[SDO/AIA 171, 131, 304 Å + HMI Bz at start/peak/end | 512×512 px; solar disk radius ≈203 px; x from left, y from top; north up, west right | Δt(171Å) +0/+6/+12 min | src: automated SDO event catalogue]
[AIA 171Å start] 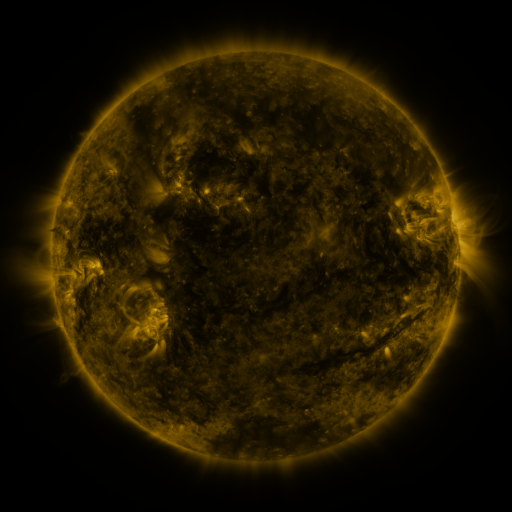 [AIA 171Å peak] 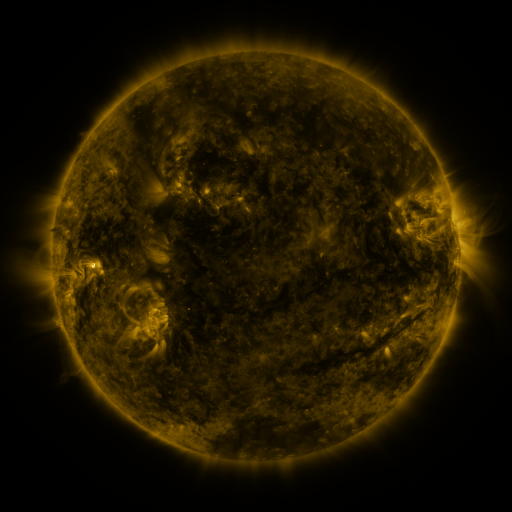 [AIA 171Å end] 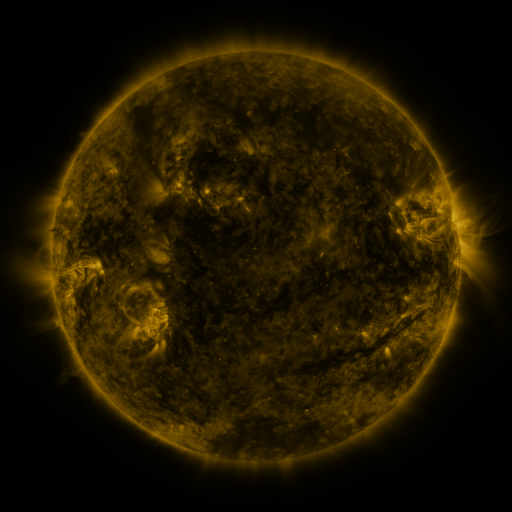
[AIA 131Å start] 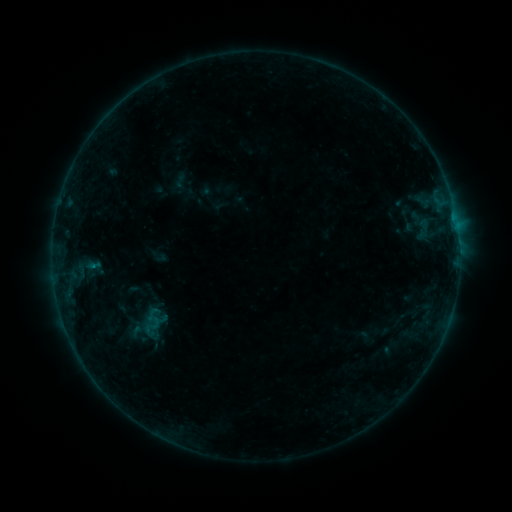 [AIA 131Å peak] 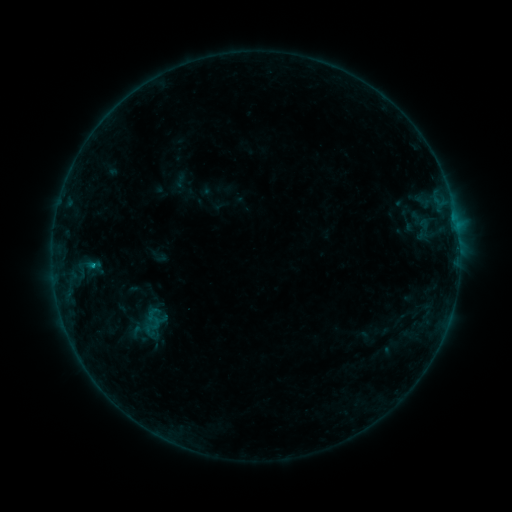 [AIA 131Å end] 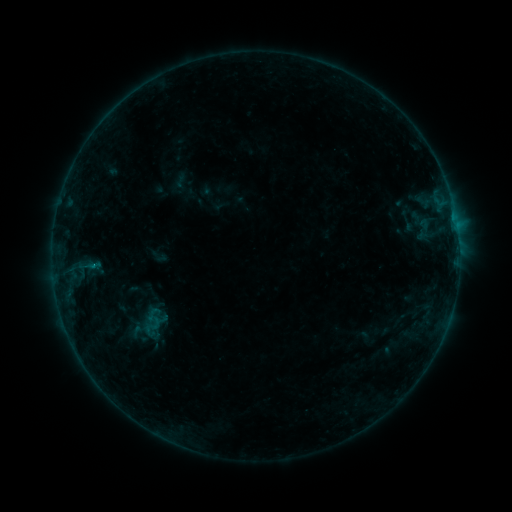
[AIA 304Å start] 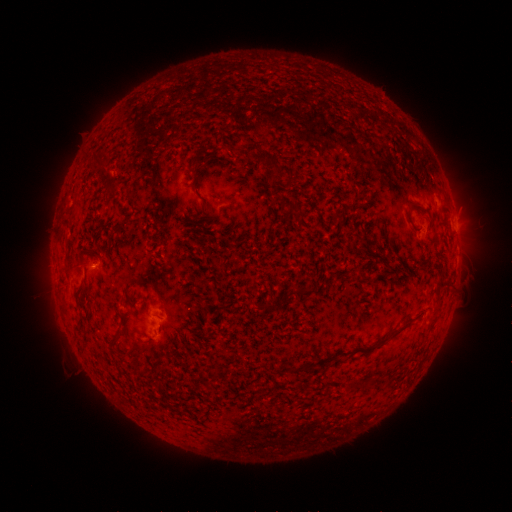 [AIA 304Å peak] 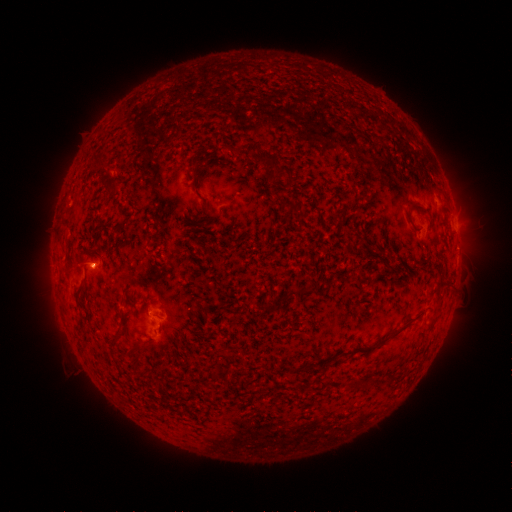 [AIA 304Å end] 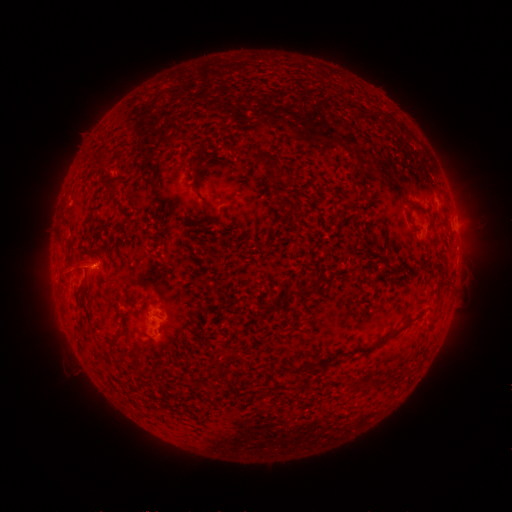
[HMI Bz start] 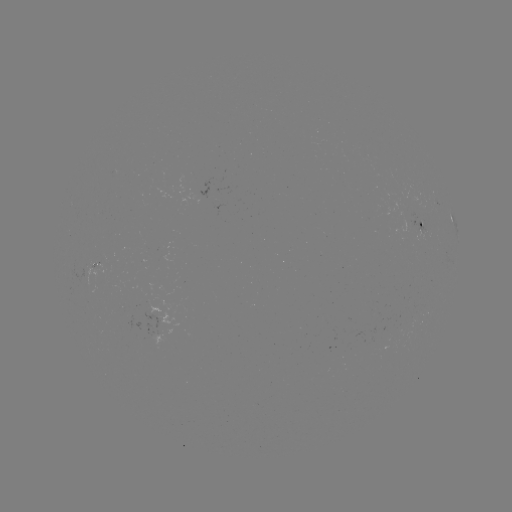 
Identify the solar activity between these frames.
B4.3 flare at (94, 265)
